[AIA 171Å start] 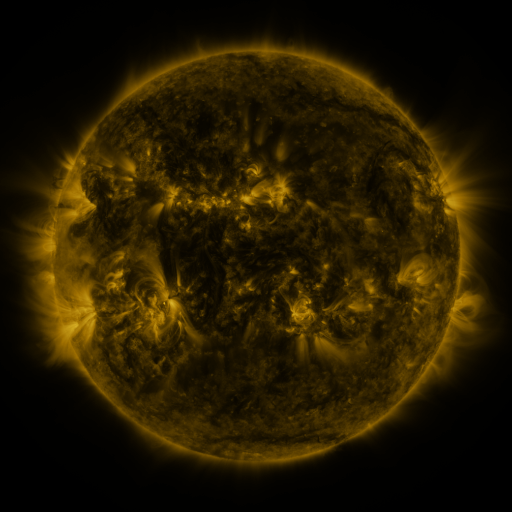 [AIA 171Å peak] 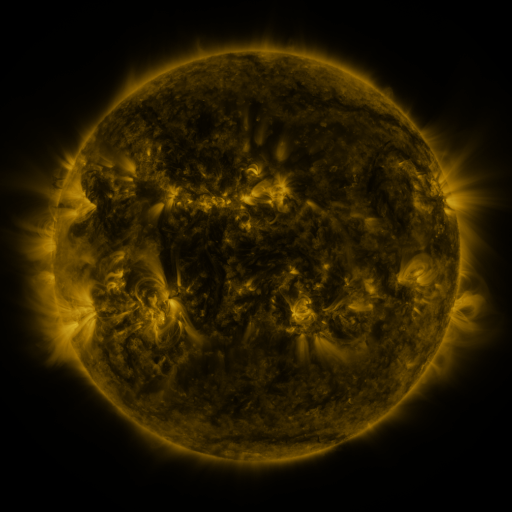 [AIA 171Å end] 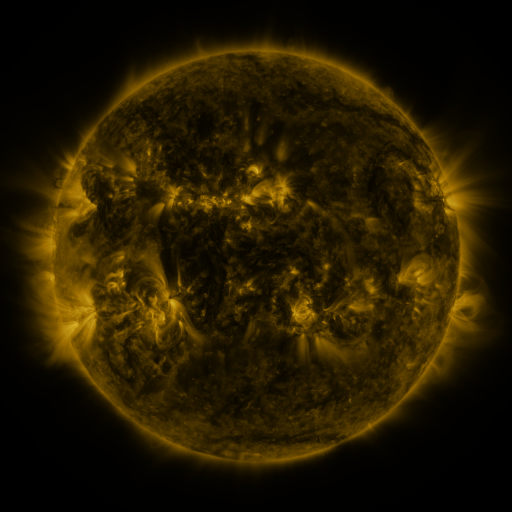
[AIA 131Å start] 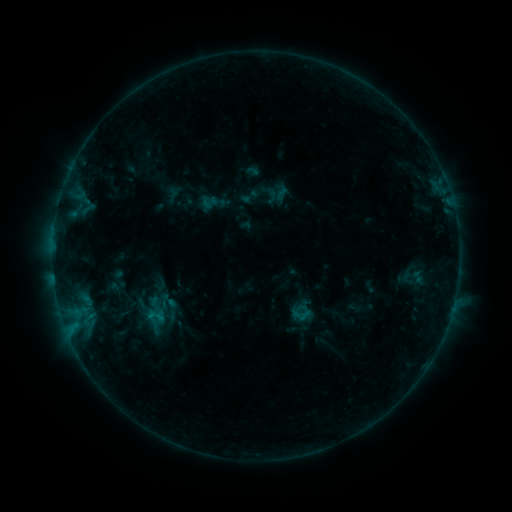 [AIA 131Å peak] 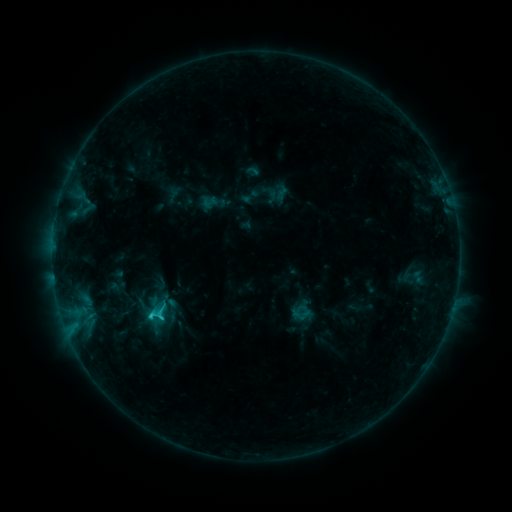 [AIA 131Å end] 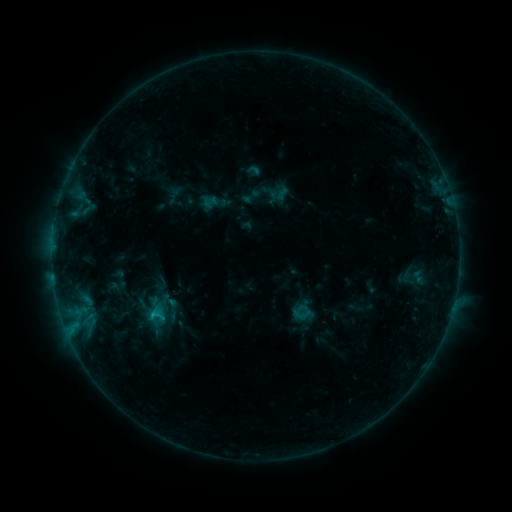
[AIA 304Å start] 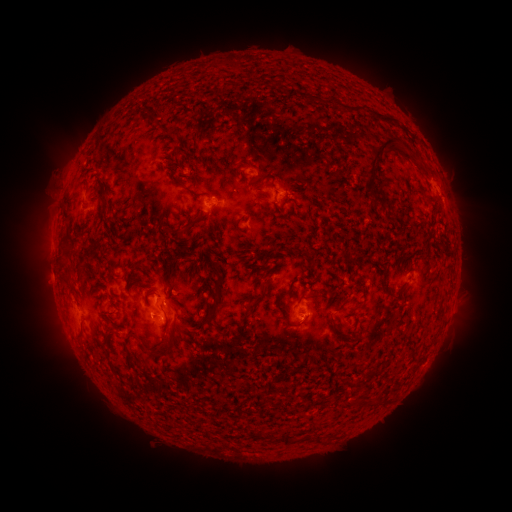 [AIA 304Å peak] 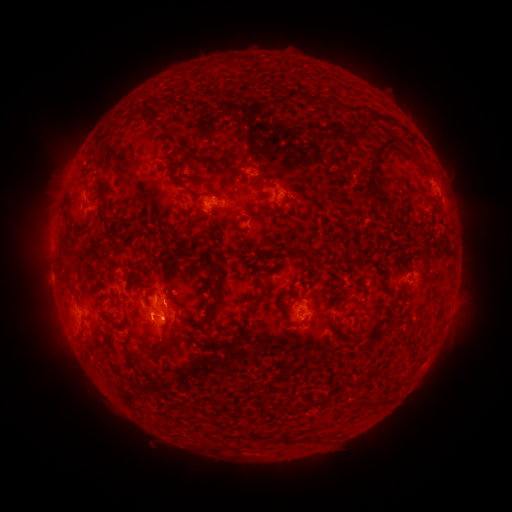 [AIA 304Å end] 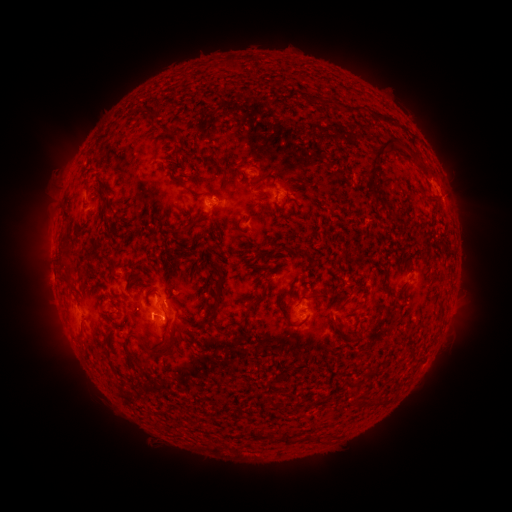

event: flare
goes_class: C1.7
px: (153, 314)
